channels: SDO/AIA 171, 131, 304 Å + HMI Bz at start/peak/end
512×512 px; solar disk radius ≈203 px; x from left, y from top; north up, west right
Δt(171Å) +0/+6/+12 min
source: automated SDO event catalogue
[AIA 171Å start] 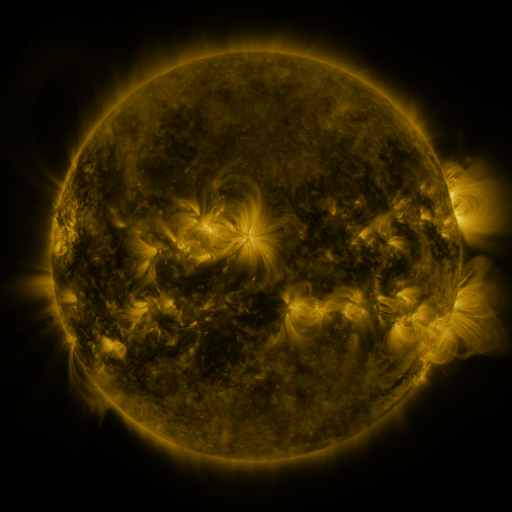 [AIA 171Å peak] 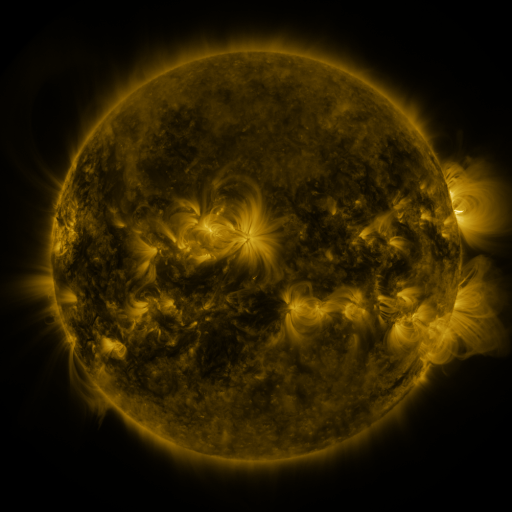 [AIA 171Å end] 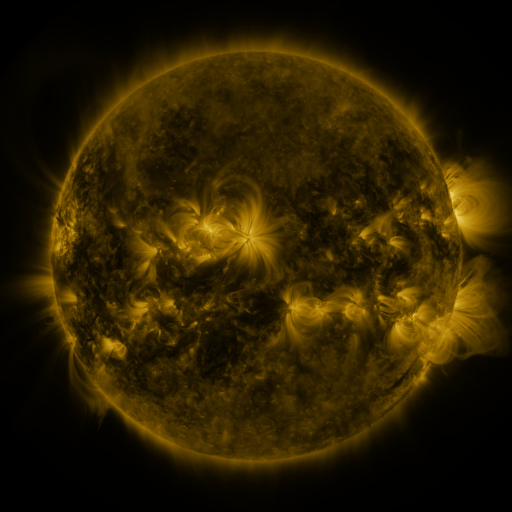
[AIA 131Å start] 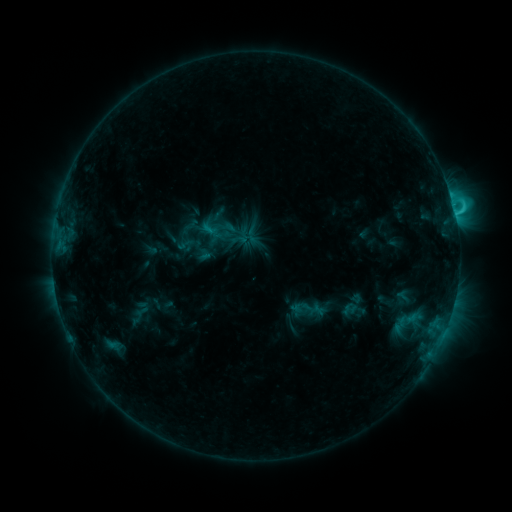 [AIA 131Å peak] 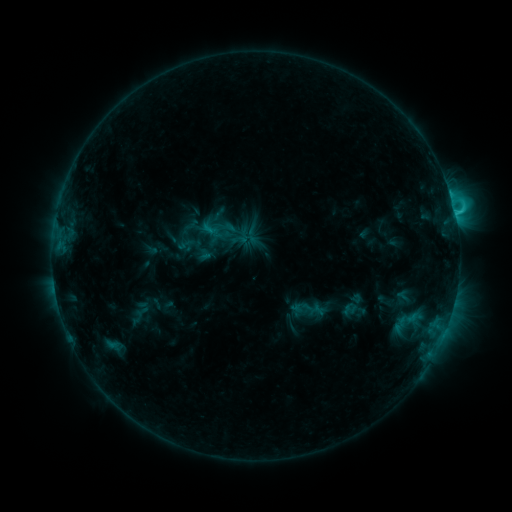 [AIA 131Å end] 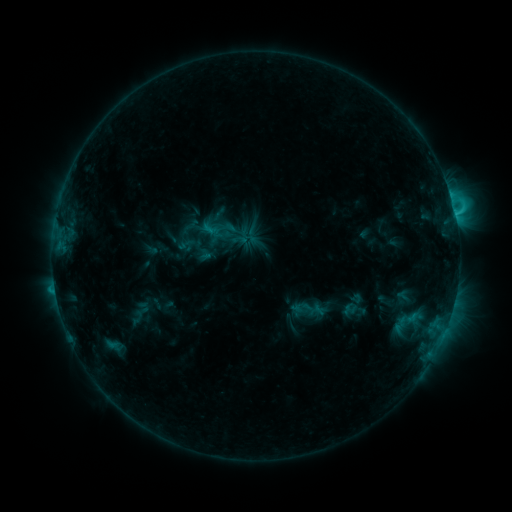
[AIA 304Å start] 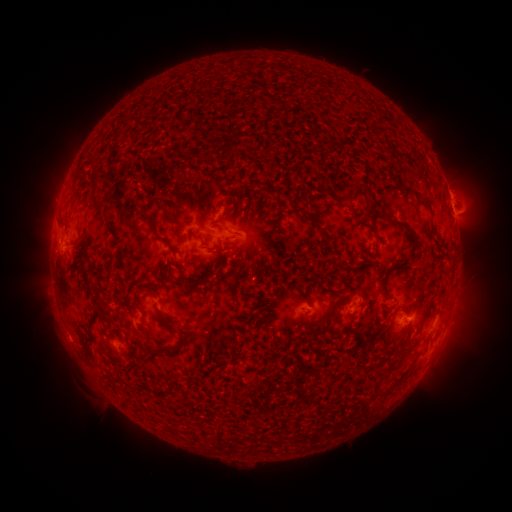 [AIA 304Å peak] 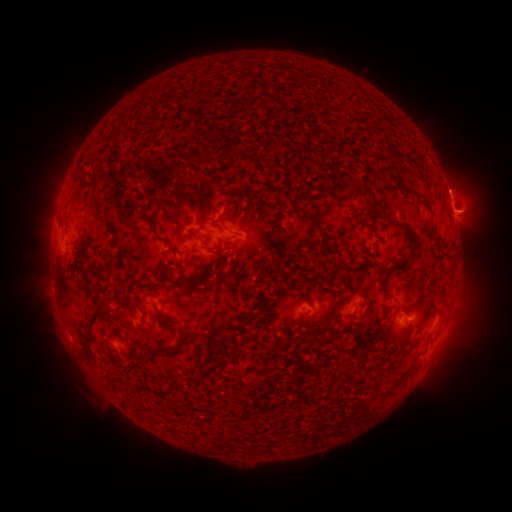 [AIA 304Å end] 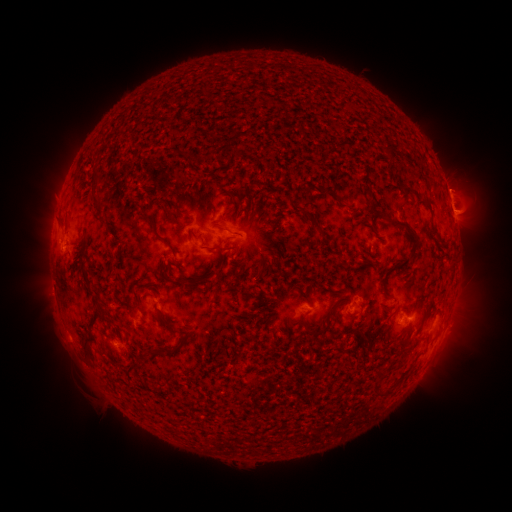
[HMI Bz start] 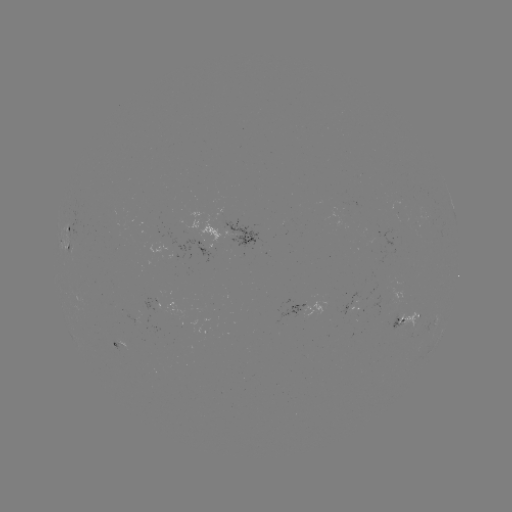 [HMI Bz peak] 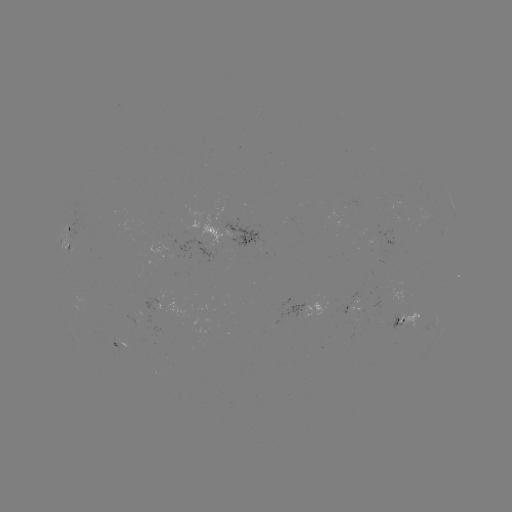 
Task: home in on eruption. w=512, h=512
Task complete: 51,294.